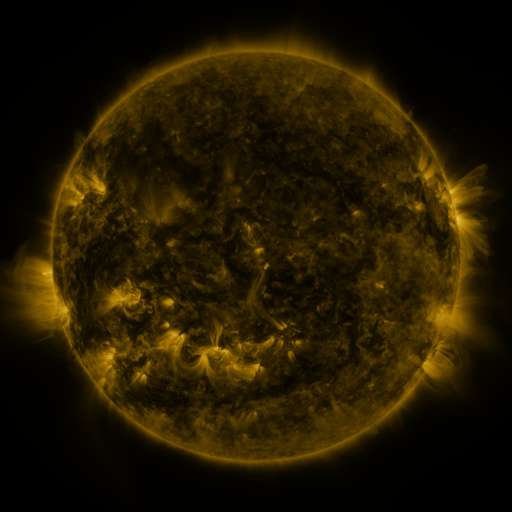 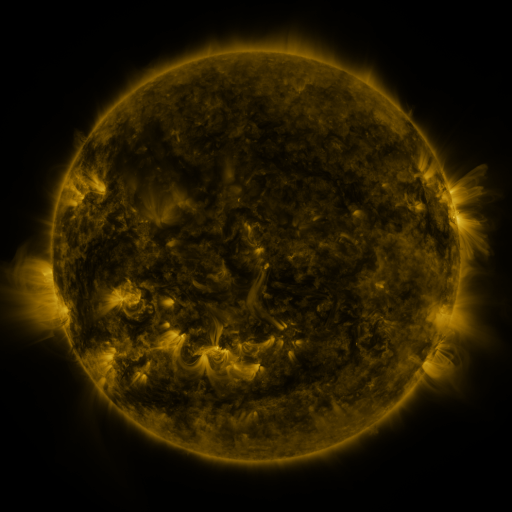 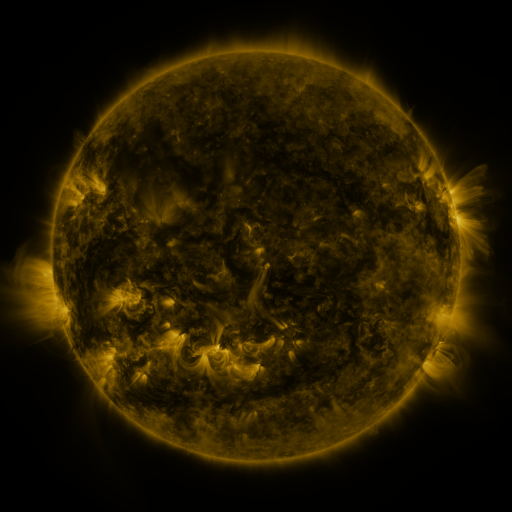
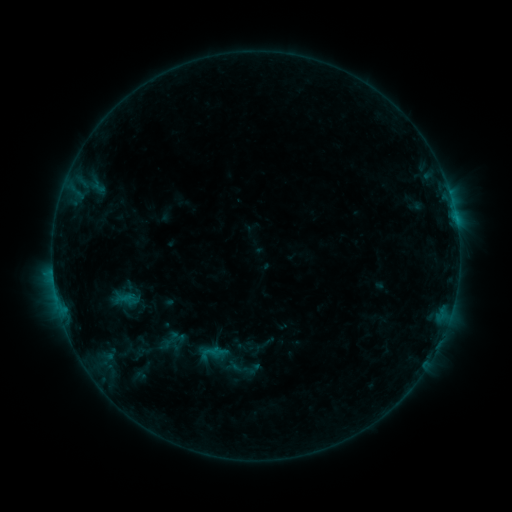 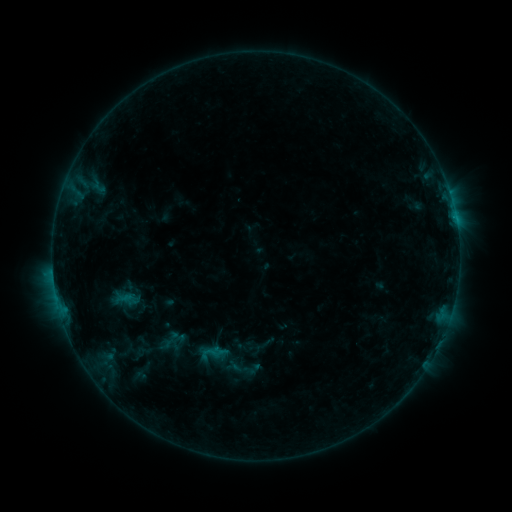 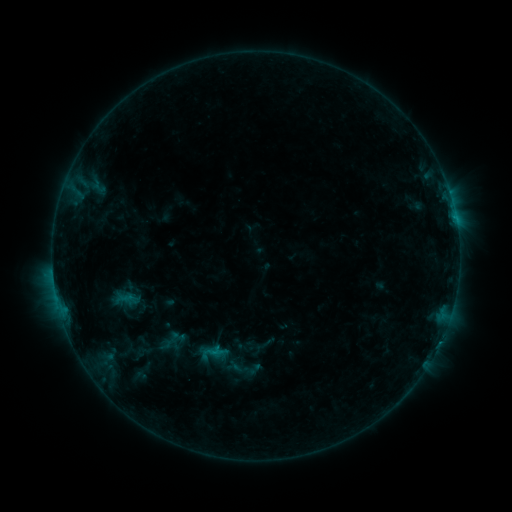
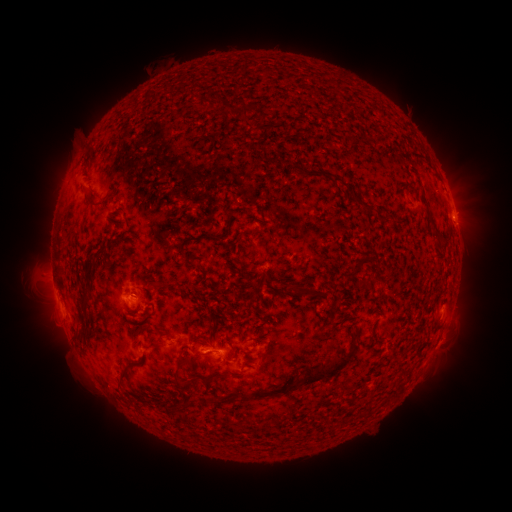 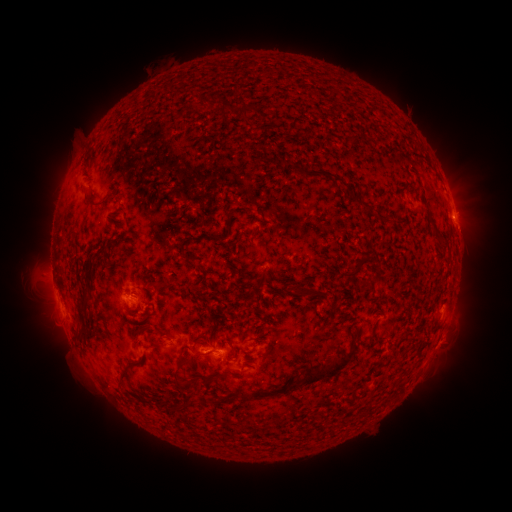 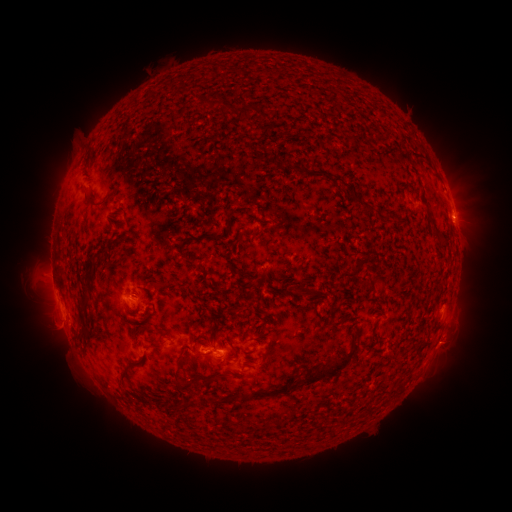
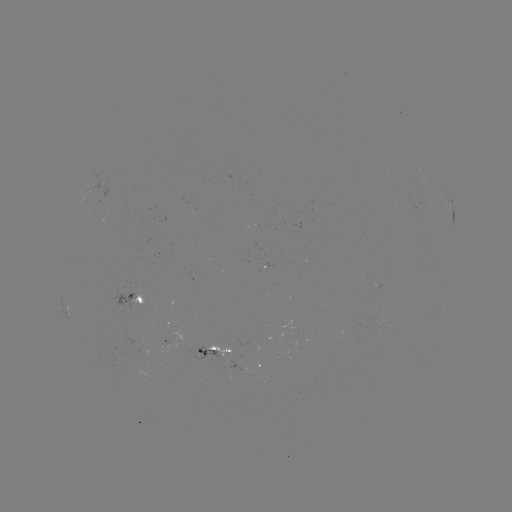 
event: flare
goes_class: B6.6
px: (222, 349)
